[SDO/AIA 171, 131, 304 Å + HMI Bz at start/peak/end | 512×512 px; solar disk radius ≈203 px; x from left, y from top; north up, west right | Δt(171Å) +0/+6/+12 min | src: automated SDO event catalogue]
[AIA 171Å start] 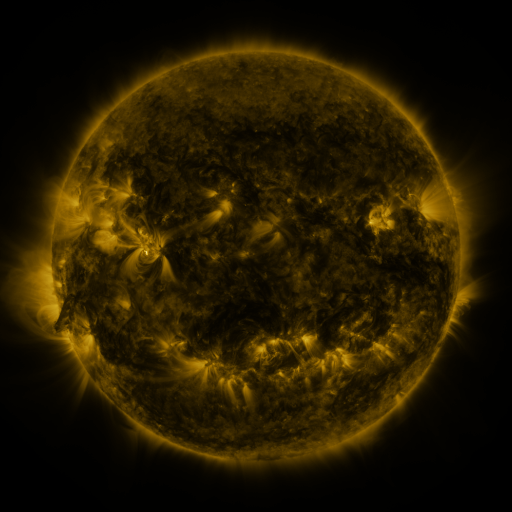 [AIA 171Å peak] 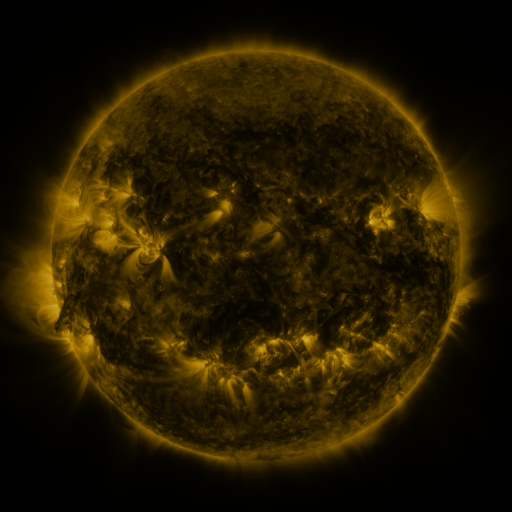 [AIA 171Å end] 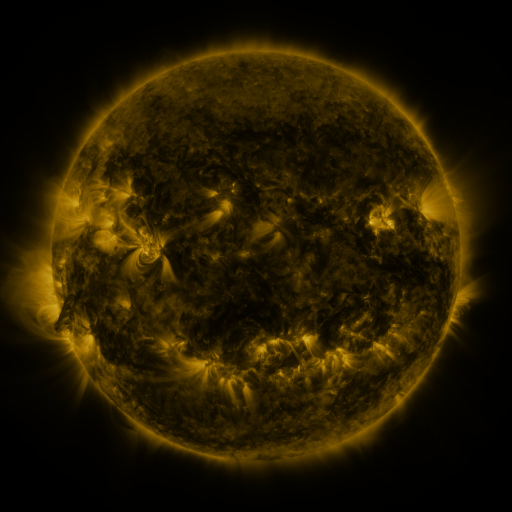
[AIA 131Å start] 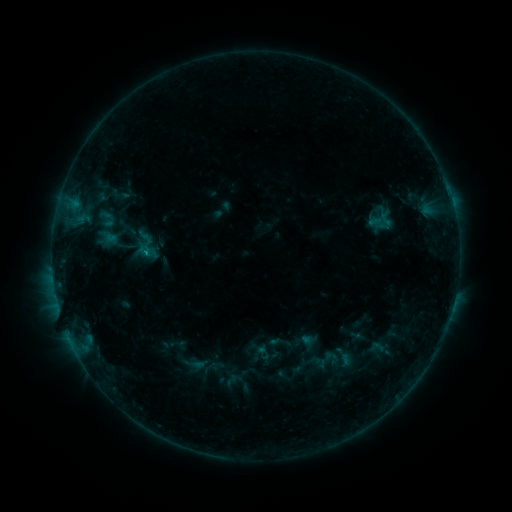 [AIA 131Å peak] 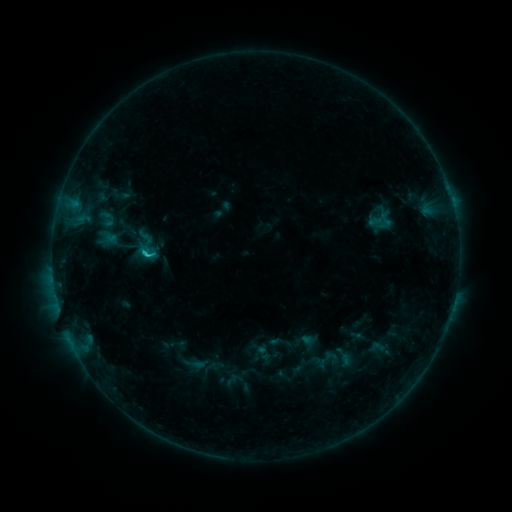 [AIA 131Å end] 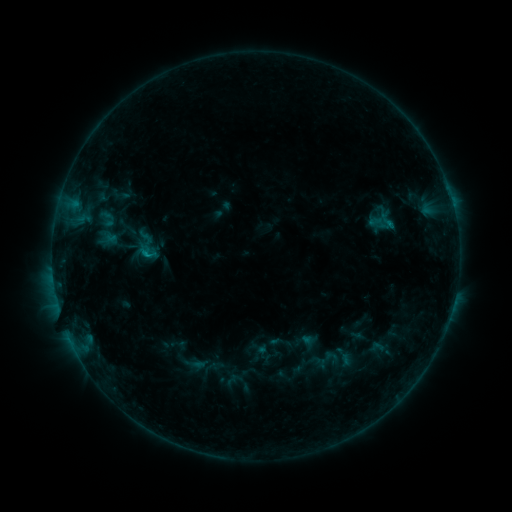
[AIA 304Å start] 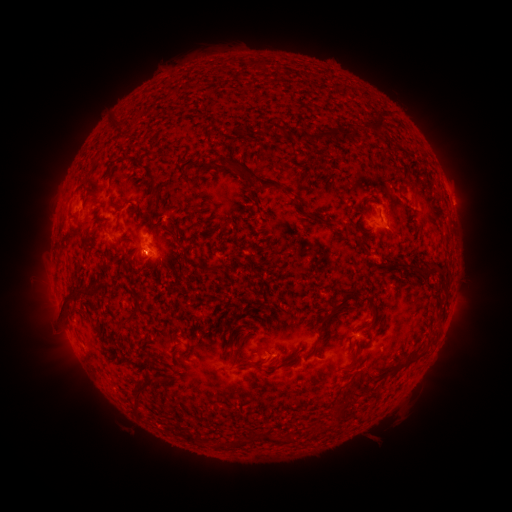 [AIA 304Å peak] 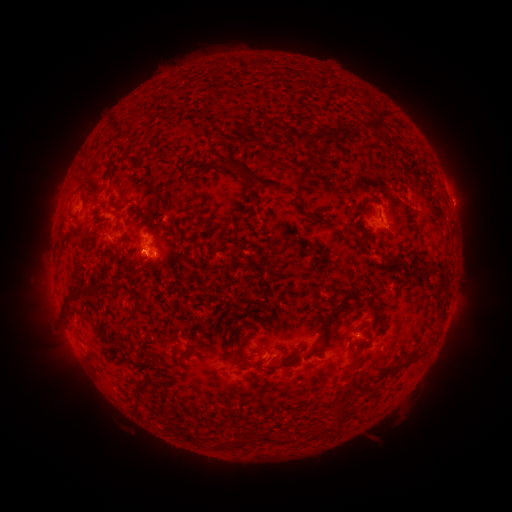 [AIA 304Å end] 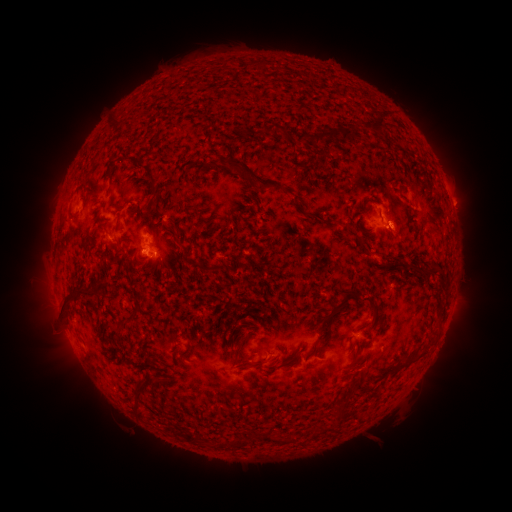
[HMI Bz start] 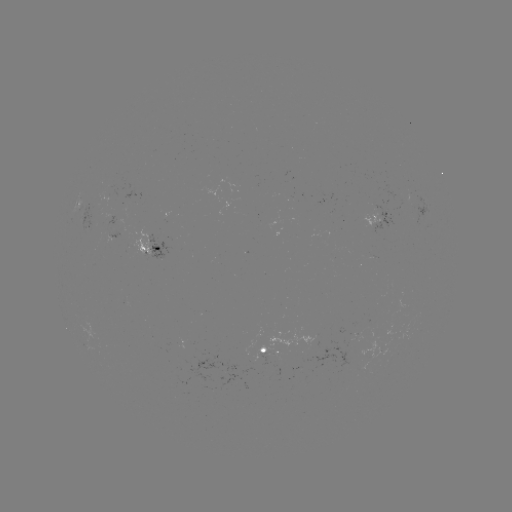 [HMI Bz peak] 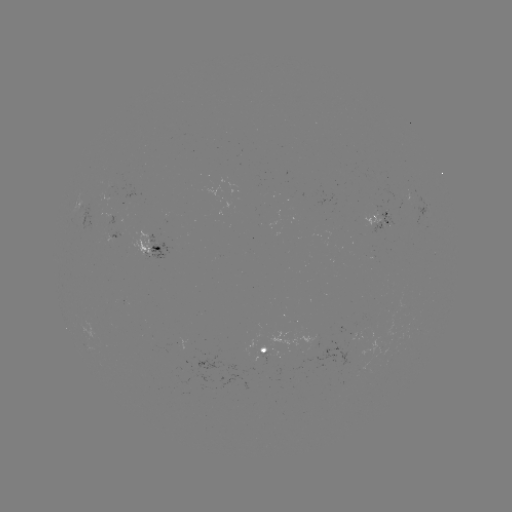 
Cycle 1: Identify B9.5 flare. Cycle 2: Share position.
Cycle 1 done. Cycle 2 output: [145, 255].